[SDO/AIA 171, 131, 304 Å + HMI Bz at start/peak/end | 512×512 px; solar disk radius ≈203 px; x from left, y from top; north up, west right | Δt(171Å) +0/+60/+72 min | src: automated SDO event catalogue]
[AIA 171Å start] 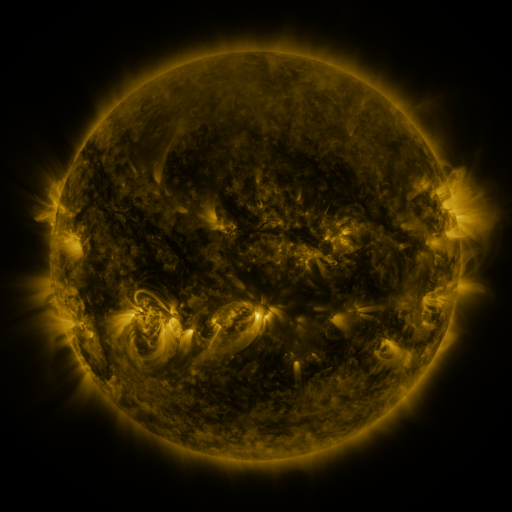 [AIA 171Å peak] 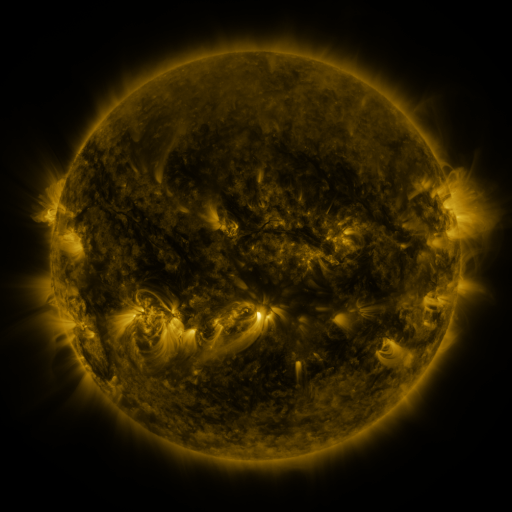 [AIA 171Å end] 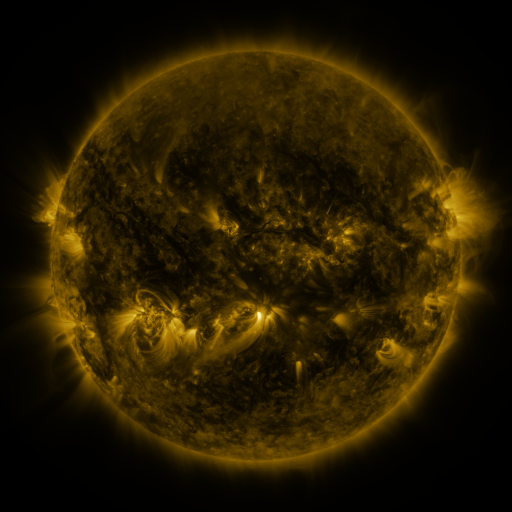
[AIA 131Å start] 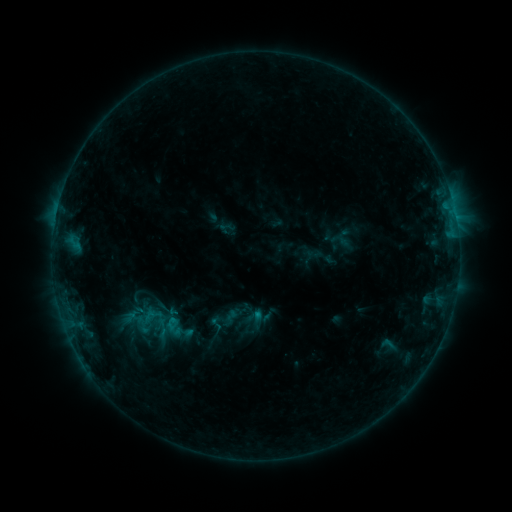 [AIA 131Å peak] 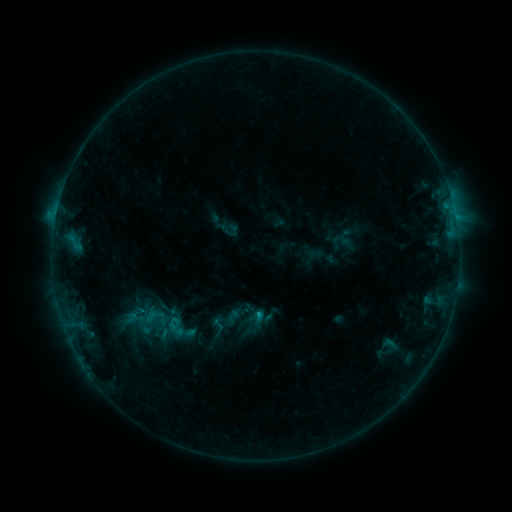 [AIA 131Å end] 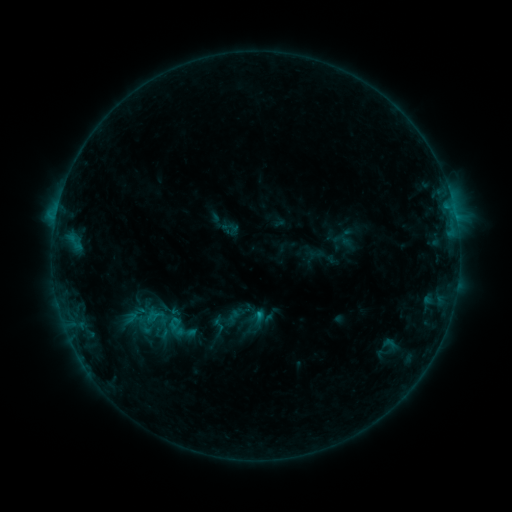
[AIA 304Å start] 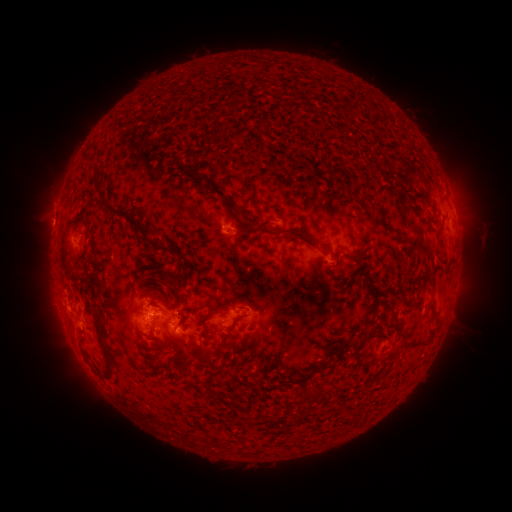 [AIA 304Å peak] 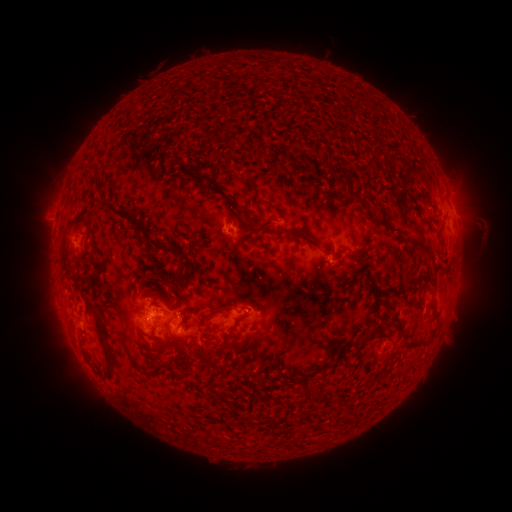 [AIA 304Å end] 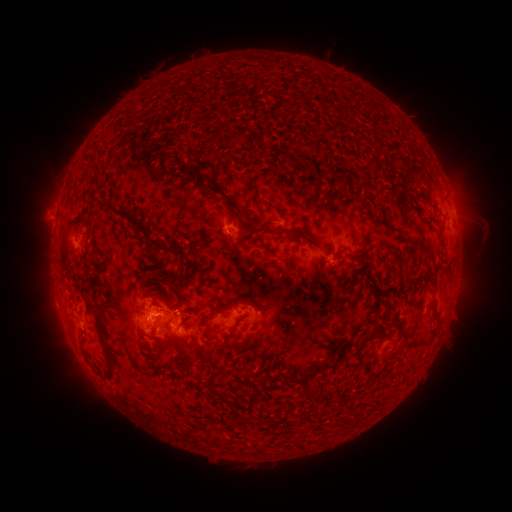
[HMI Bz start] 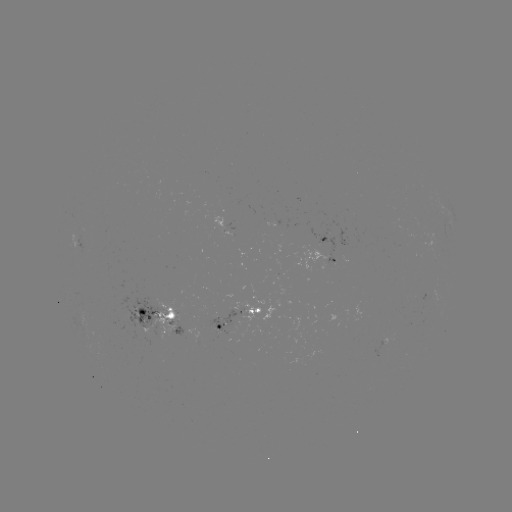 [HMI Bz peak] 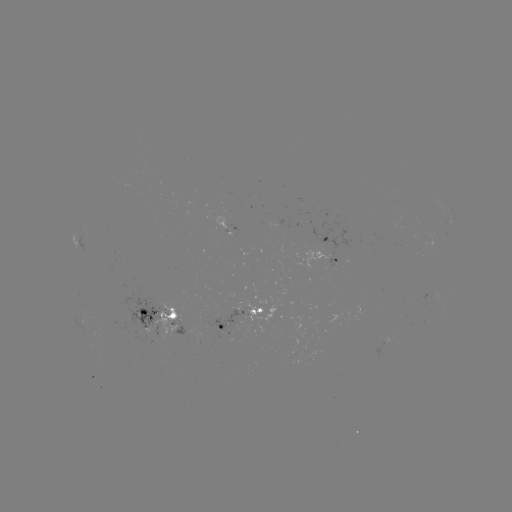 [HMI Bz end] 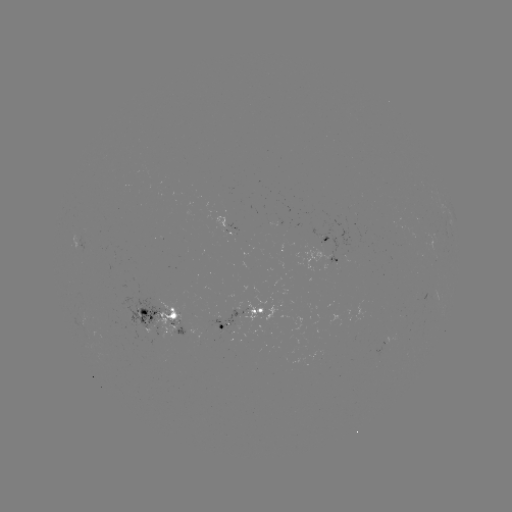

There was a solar emerging-flux region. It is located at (212, 327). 